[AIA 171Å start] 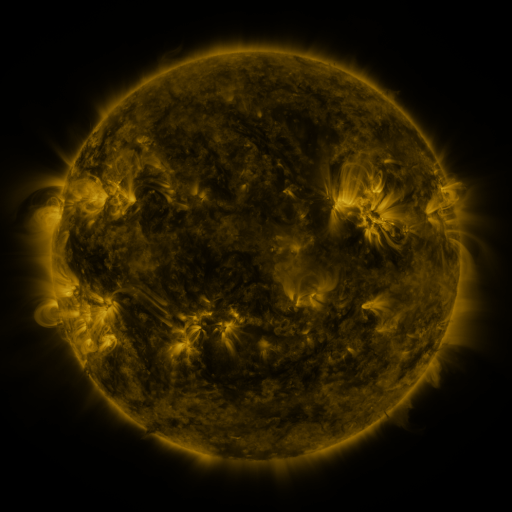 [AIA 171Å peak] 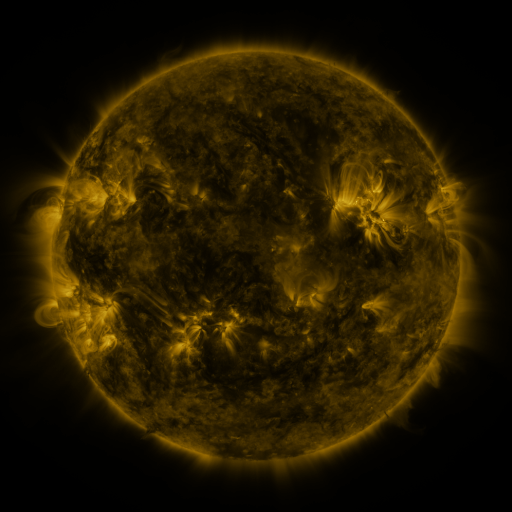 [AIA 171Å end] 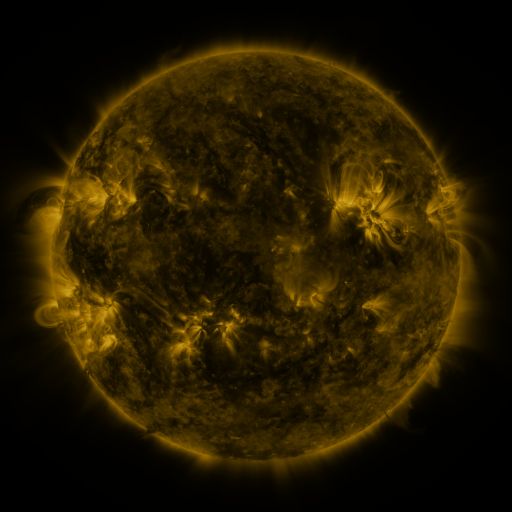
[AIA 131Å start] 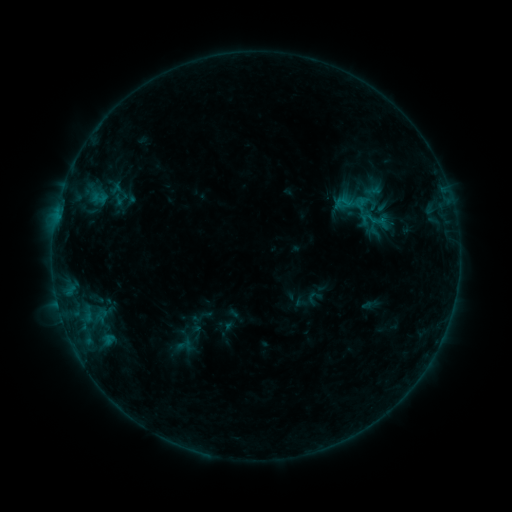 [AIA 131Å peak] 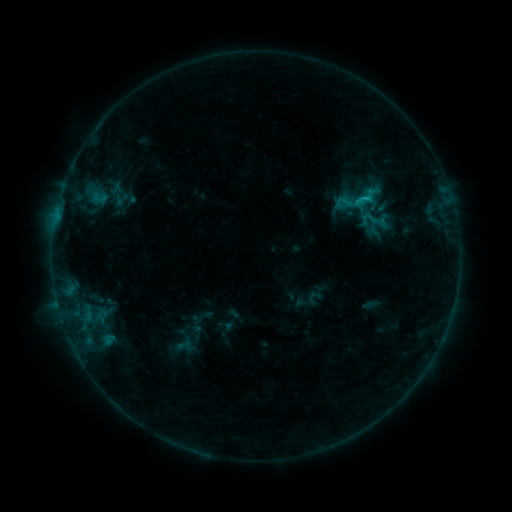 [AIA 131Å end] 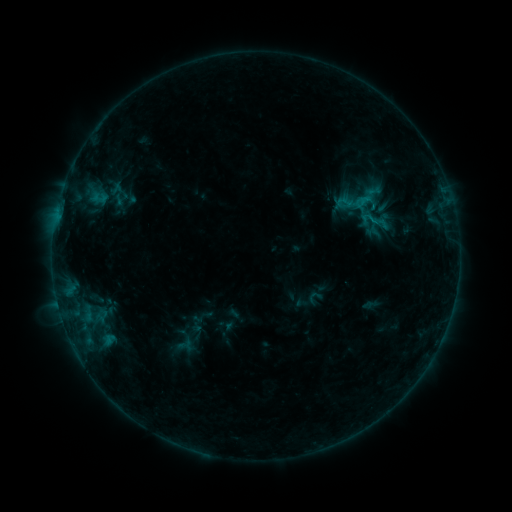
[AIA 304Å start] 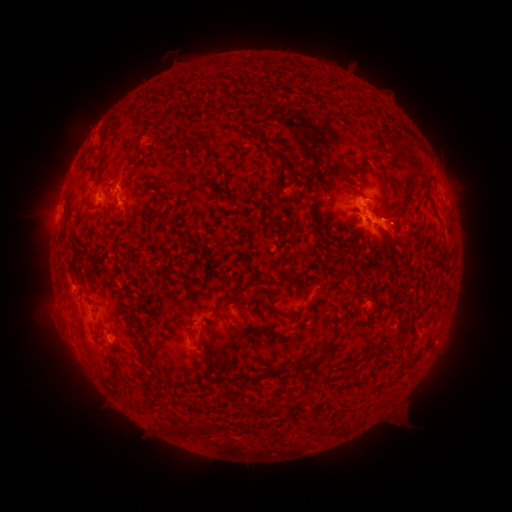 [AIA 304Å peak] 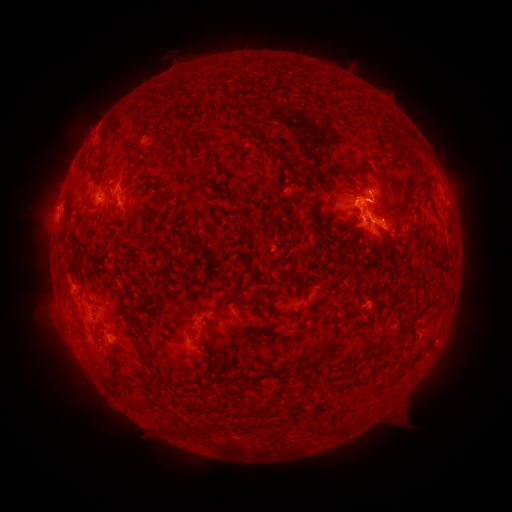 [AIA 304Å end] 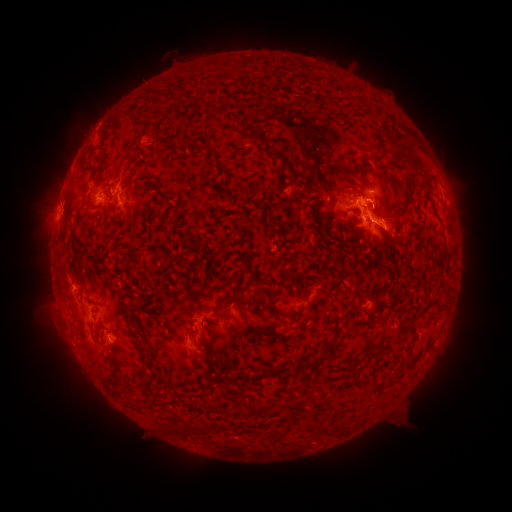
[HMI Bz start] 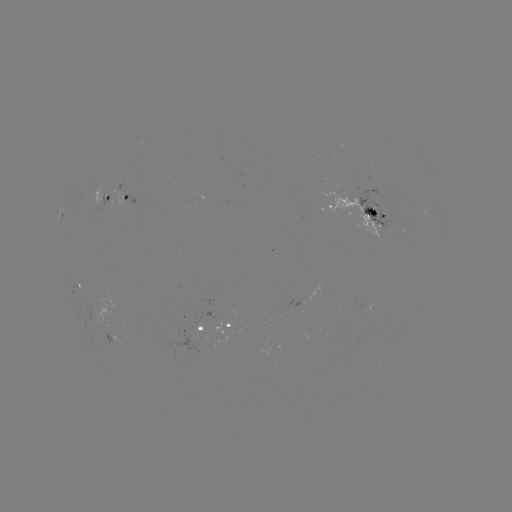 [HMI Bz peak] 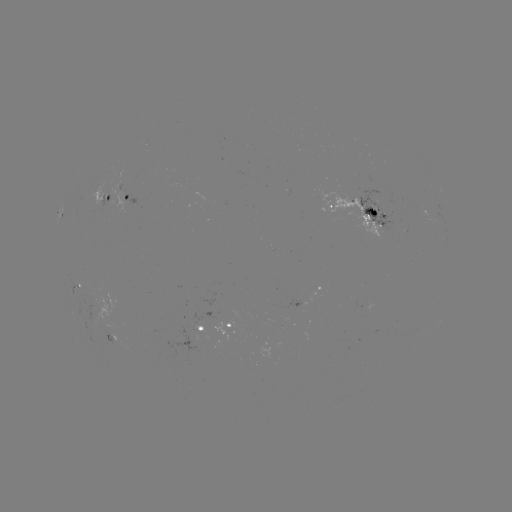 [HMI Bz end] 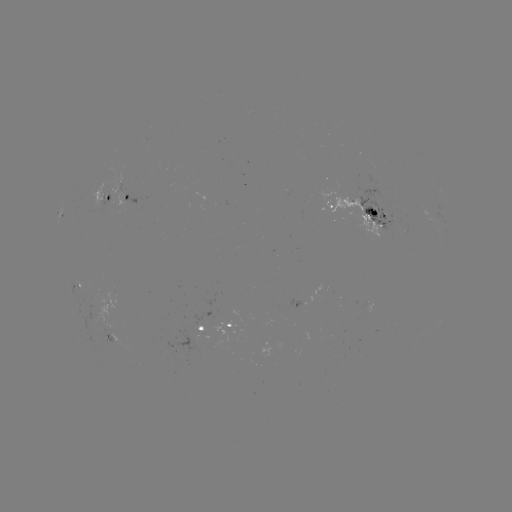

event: flare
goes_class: B9.9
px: (363, 198)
